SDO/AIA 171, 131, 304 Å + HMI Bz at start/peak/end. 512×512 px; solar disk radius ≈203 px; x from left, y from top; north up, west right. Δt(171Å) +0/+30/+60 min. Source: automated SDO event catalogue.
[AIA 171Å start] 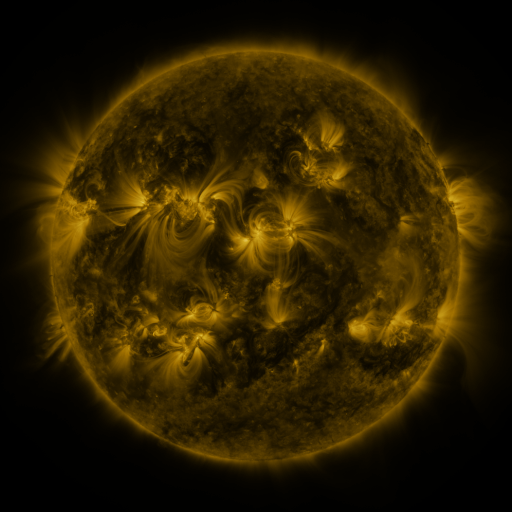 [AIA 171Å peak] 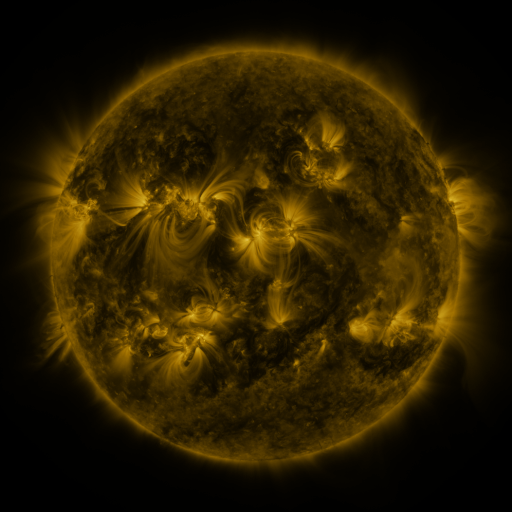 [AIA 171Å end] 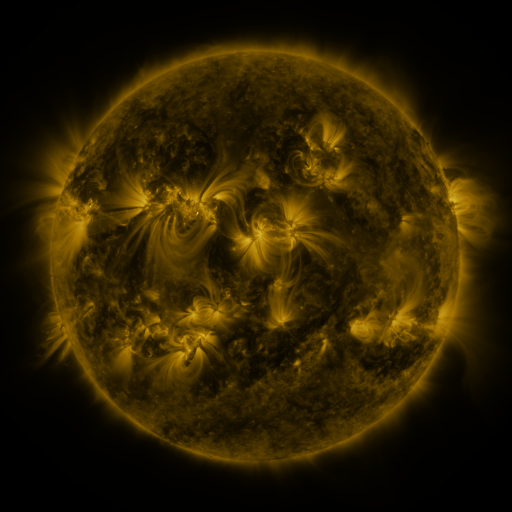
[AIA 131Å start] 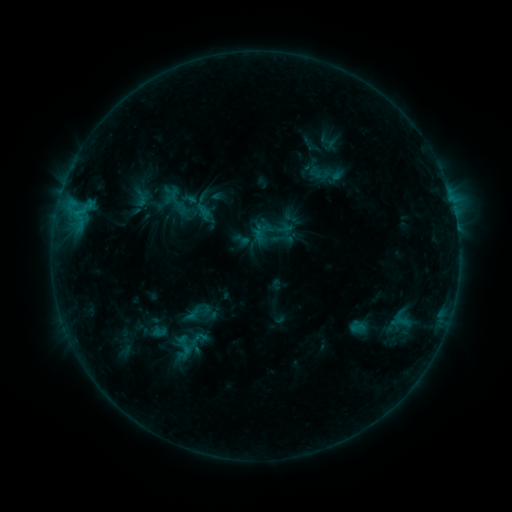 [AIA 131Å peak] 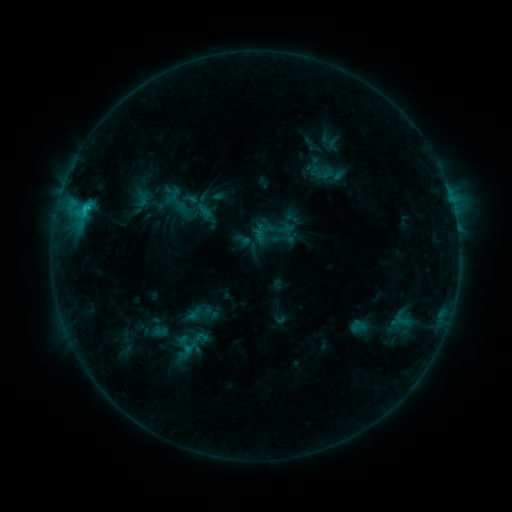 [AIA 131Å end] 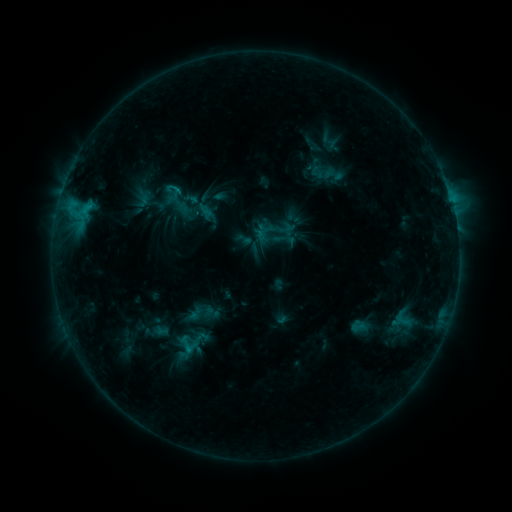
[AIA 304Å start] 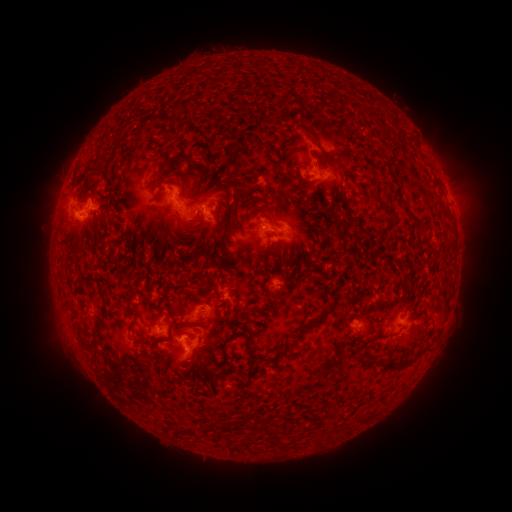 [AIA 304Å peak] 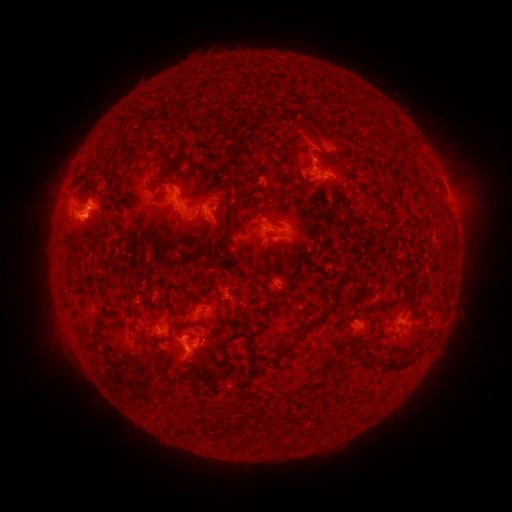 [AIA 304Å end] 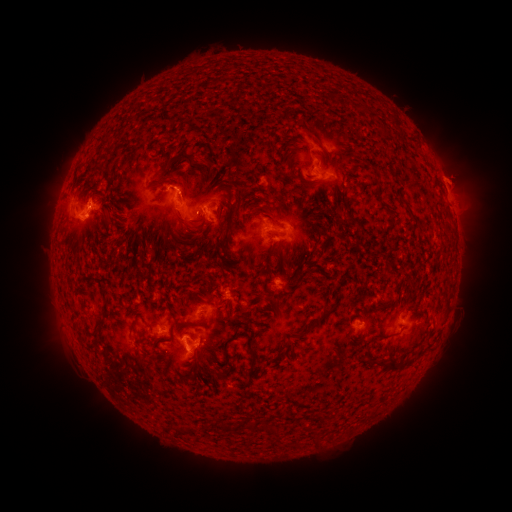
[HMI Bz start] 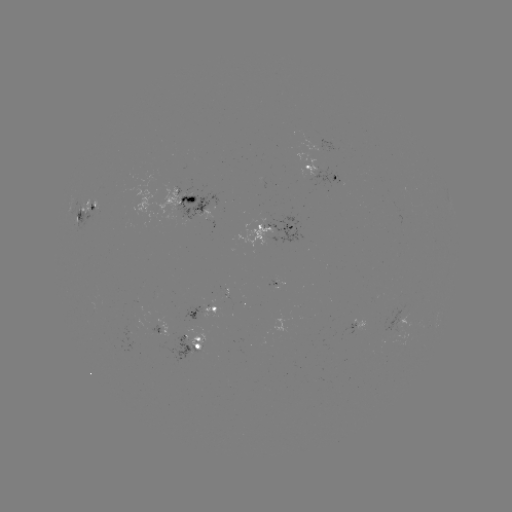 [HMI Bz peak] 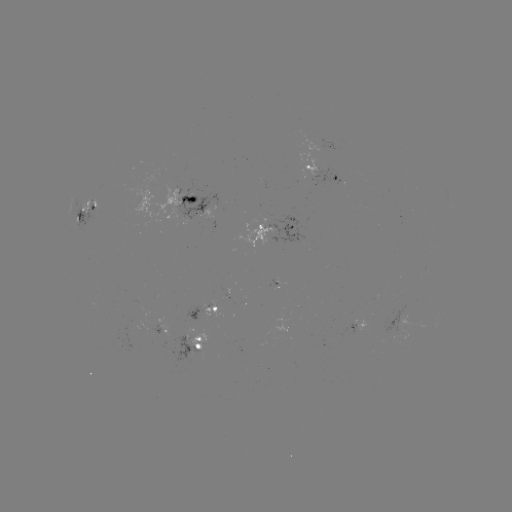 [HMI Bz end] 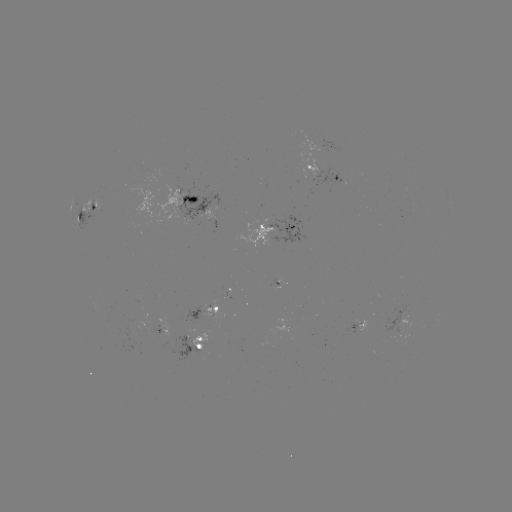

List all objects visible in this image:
C1.6 flare: (85, 209)
